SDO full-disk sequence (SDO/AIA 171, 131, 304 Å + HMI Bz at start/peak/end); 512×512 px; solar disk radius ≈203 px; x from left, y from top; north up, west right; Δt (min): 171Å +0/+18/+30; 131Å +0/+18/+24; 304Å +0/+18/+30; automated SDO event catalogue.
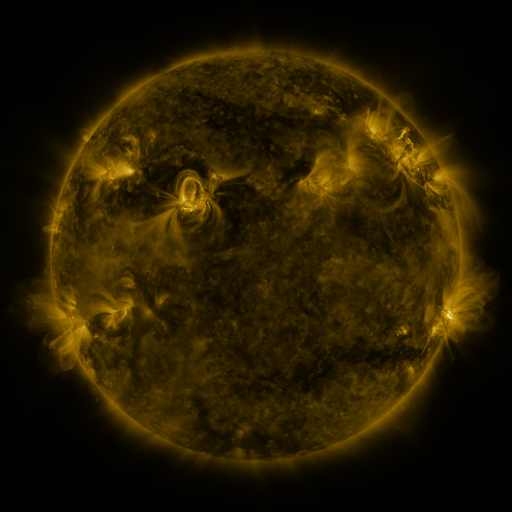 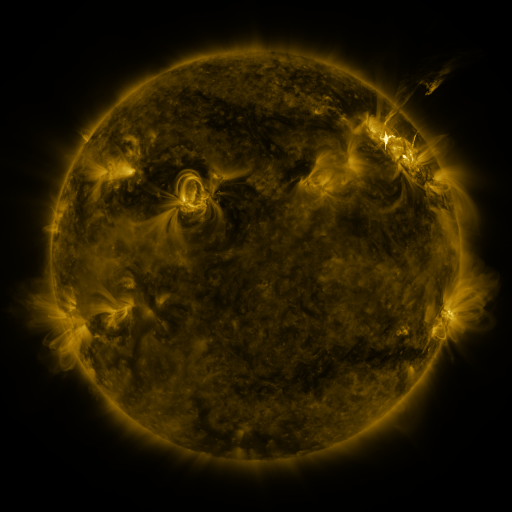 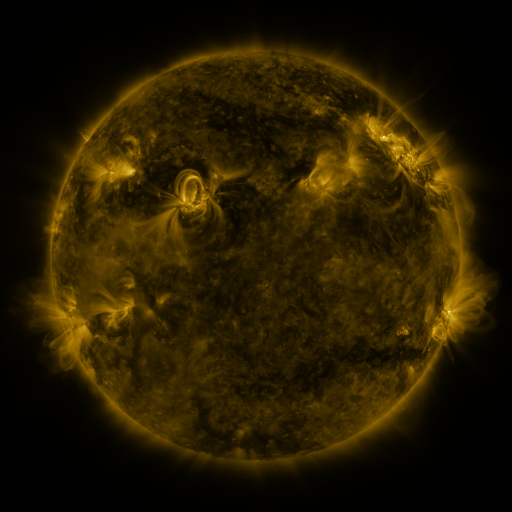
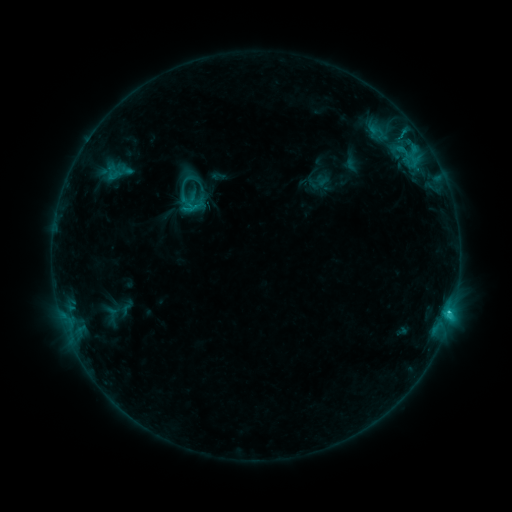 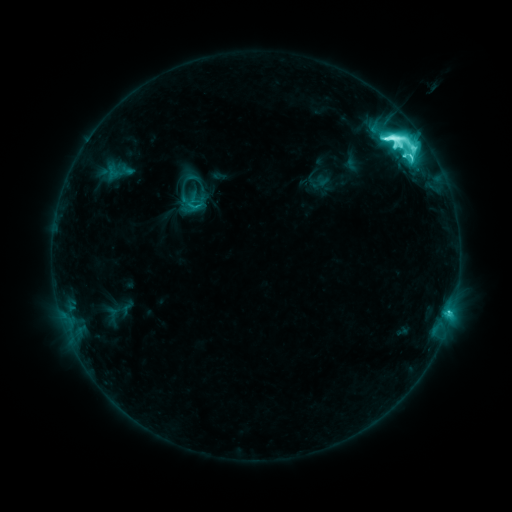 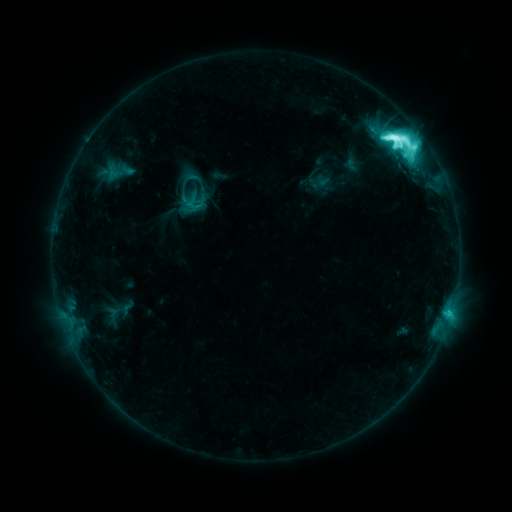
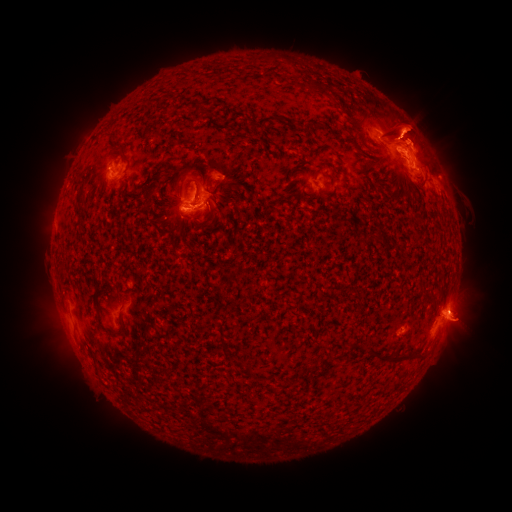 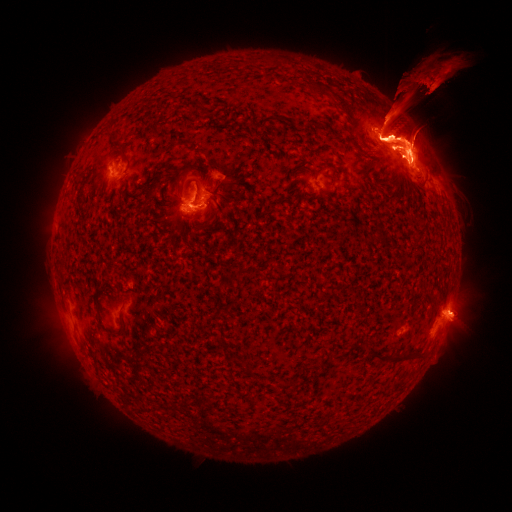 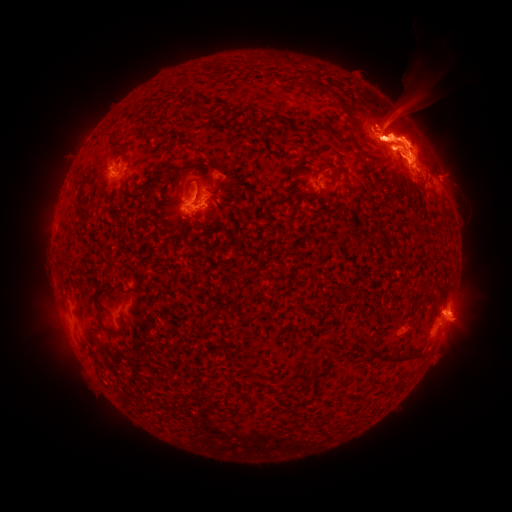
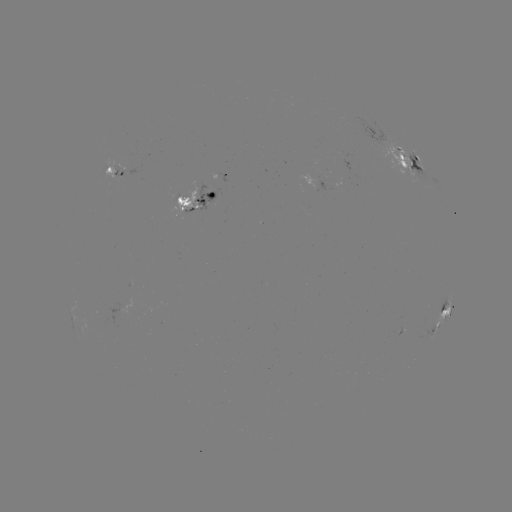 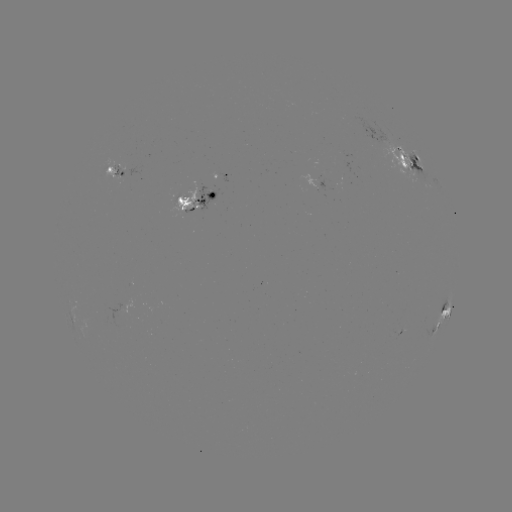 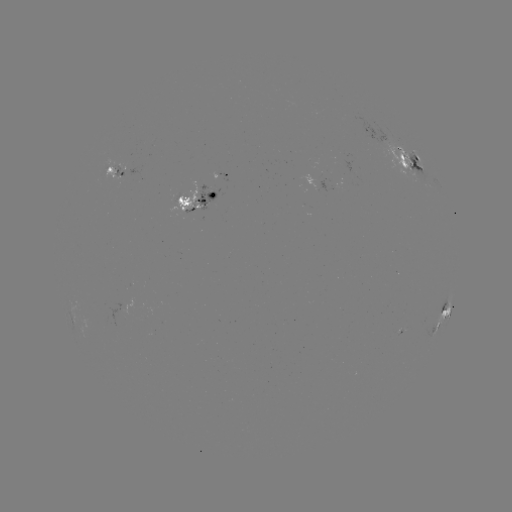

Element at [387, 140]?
M3.7 flare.